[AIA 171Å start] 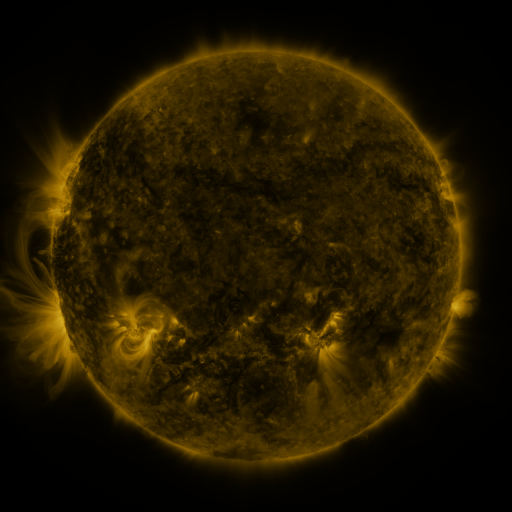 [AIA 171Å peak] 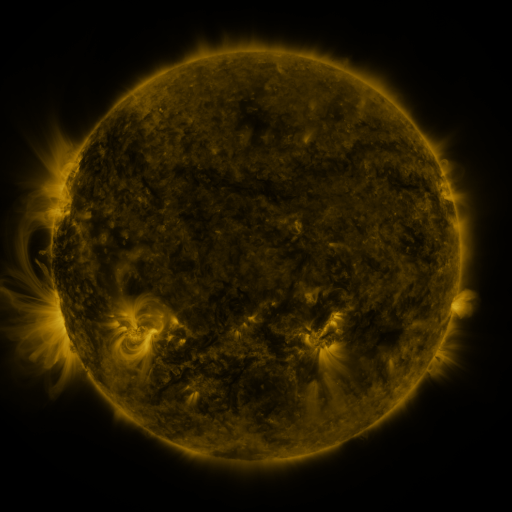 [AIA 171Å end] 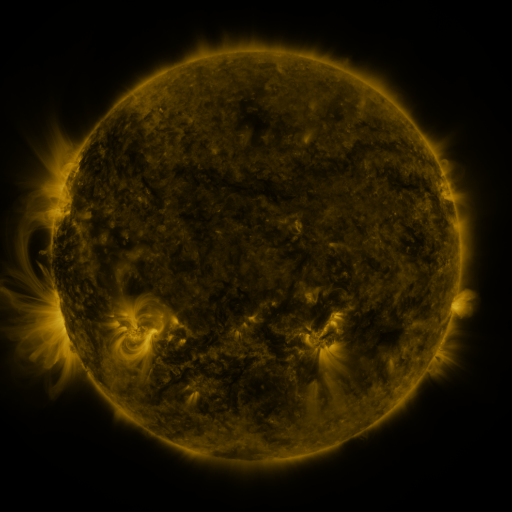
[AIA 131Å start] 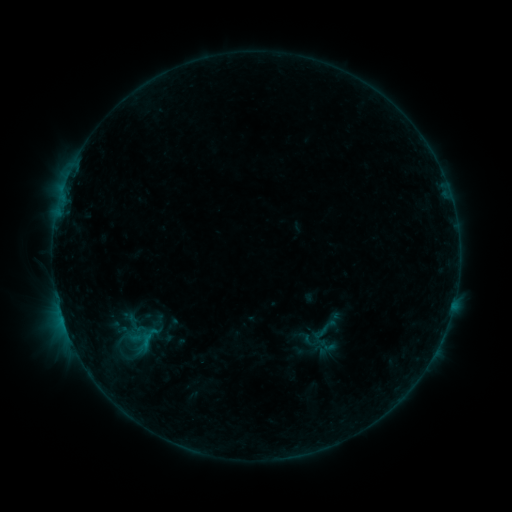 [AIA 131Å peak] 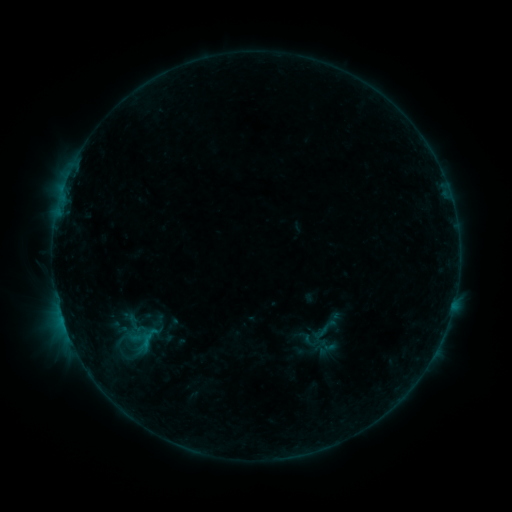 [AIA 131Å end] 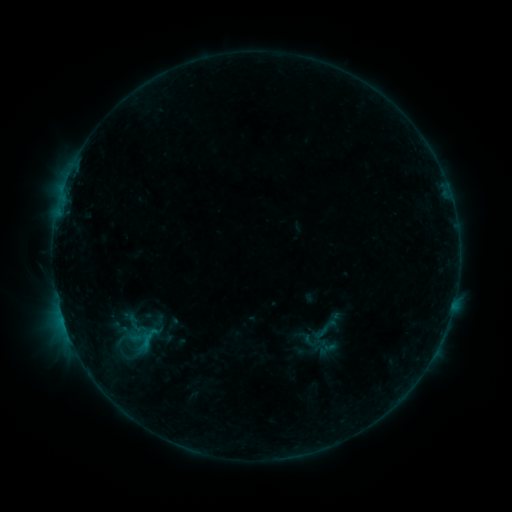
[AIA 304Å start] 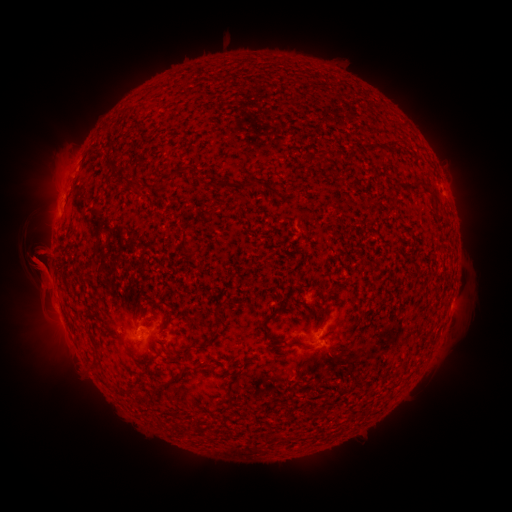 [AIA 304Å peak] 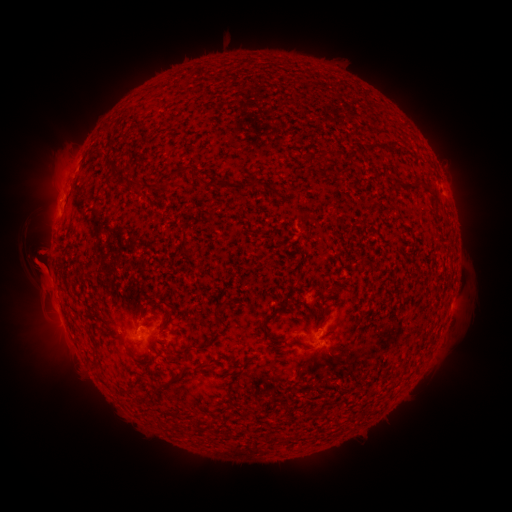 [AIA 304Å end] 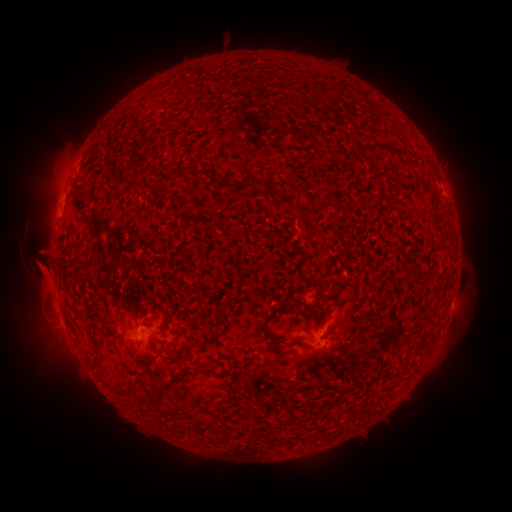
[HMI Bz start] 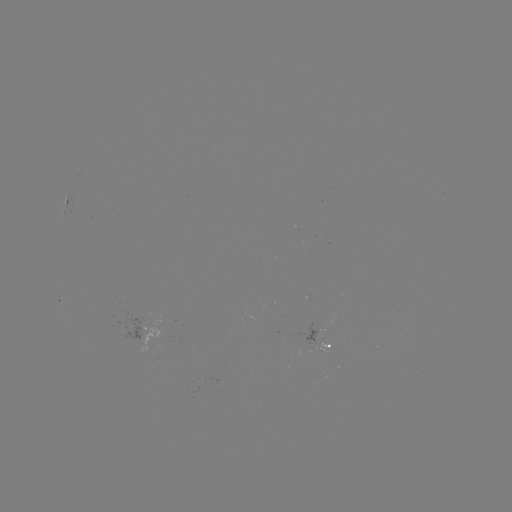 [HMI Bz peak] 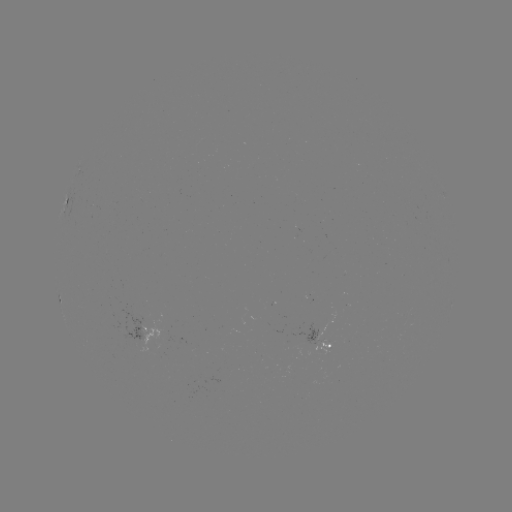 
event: eruption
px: (39, 273)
